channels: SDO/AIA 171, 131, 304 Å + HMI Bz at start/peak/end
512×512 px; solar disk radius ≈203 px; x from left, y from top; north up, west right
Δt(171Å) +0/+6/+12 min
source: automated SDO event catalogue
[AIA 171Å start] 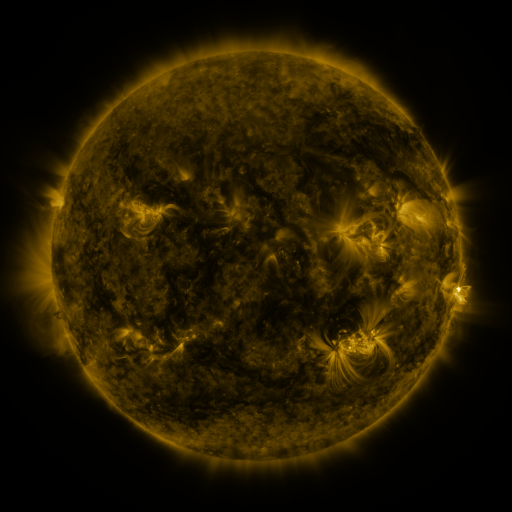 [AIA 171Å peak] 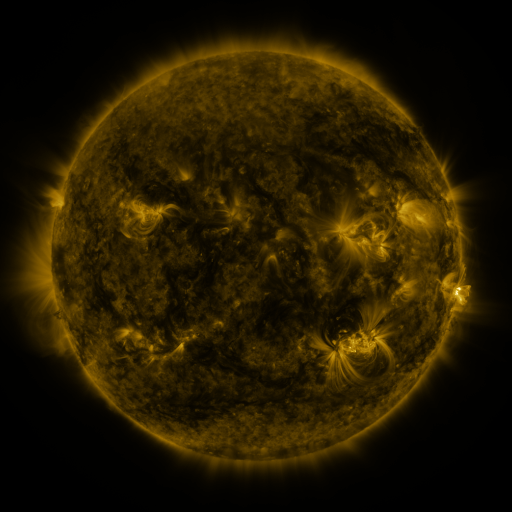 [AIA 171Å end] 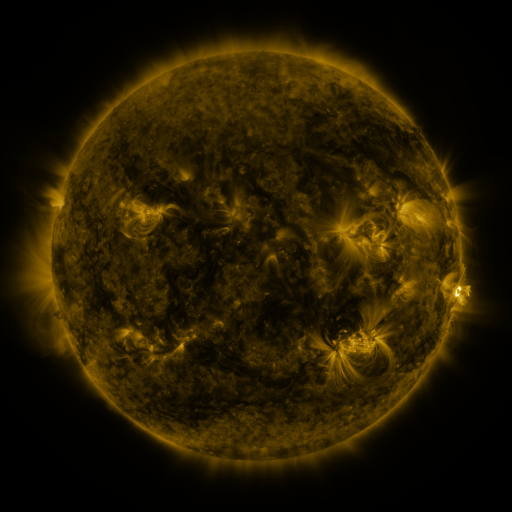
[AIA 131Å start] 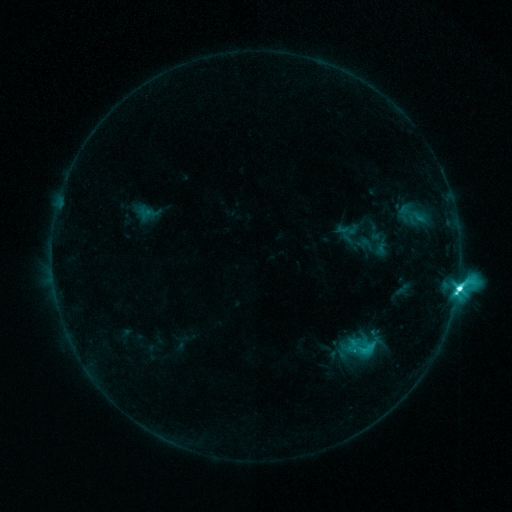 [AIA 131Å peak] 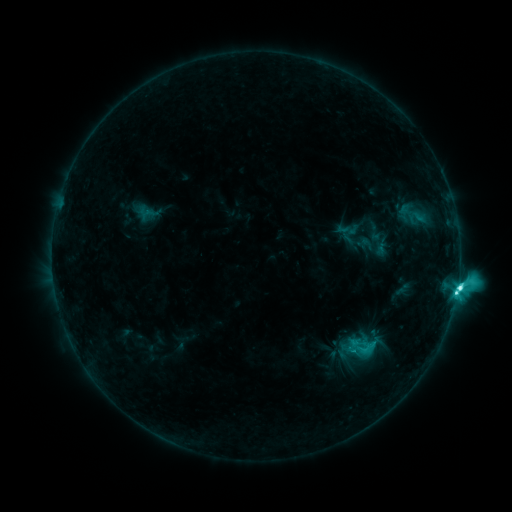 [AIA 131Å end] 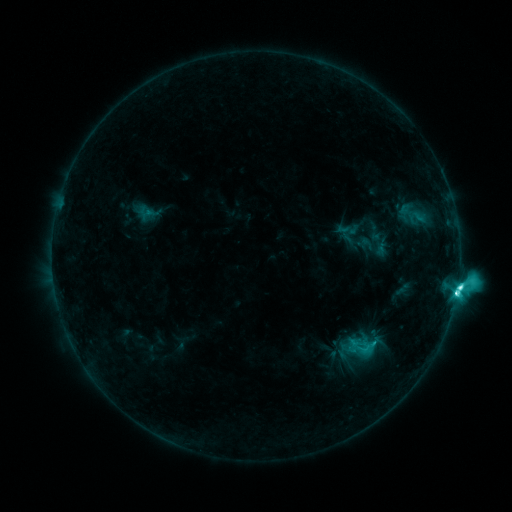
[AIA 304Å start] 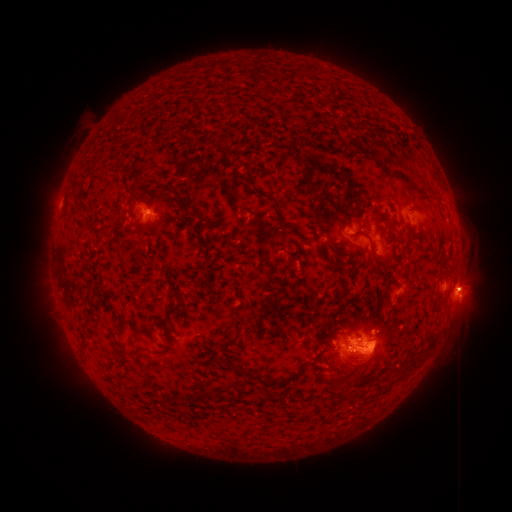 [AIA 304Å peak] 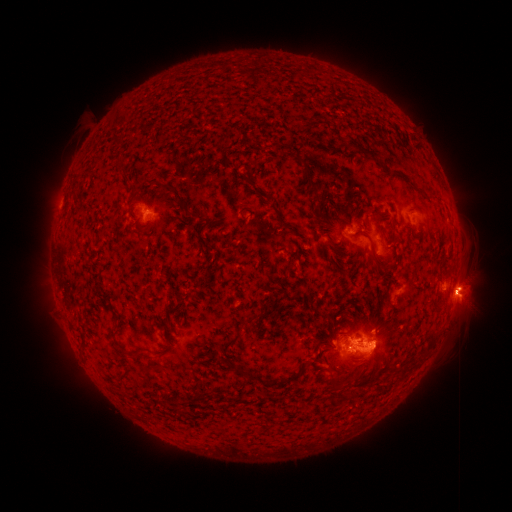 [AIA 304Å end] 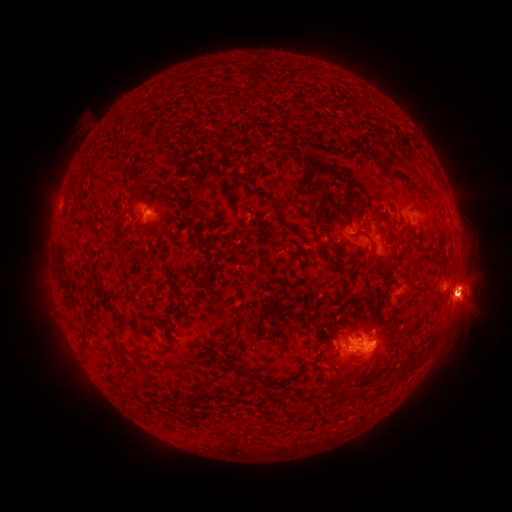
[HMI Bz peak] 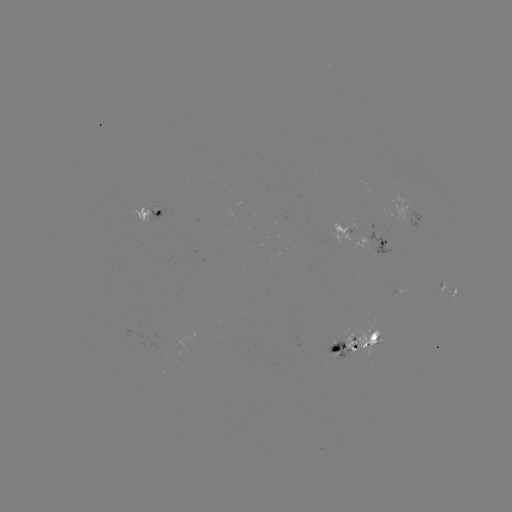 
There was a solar flare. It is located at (453, 291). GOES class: M1.2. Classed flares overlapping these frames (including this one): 1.